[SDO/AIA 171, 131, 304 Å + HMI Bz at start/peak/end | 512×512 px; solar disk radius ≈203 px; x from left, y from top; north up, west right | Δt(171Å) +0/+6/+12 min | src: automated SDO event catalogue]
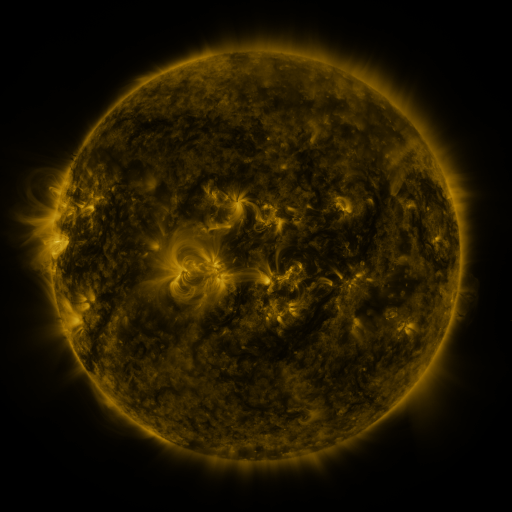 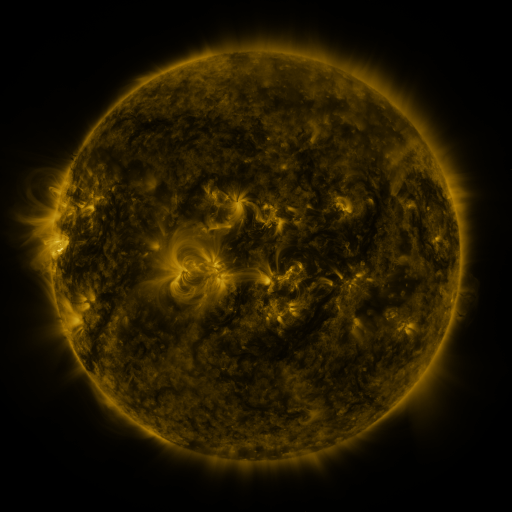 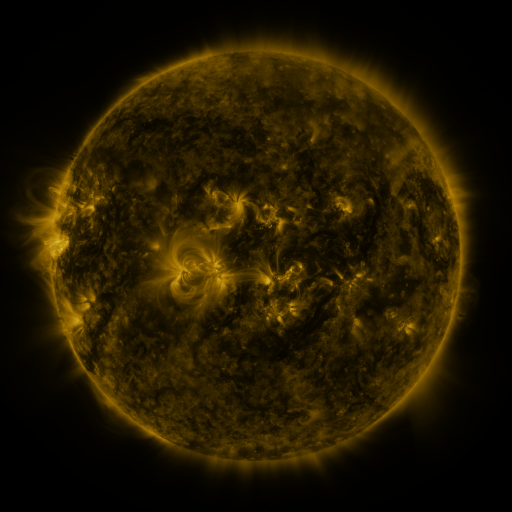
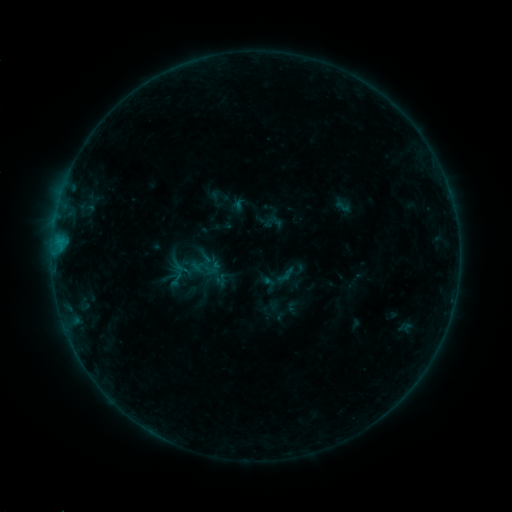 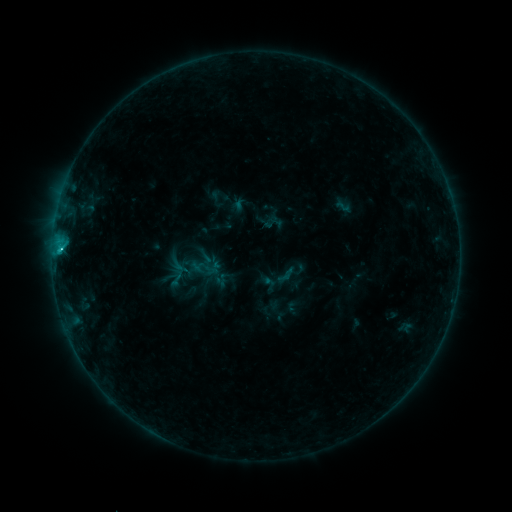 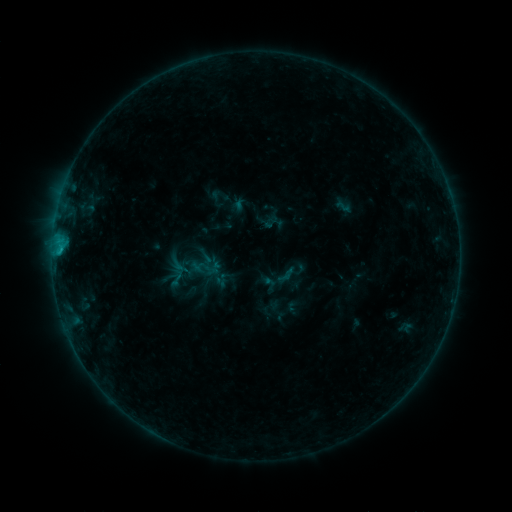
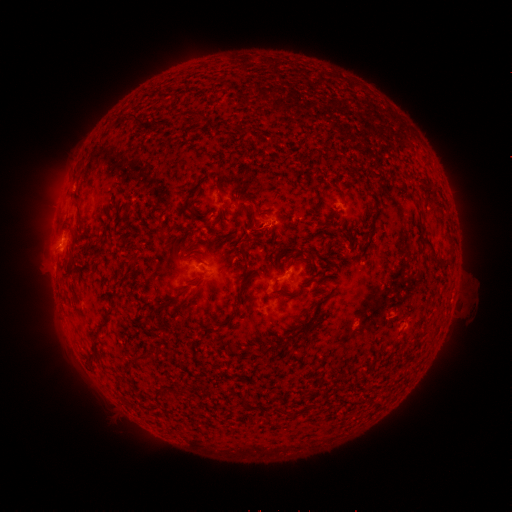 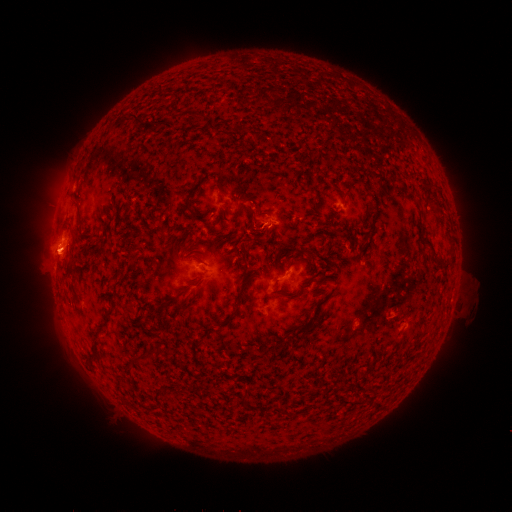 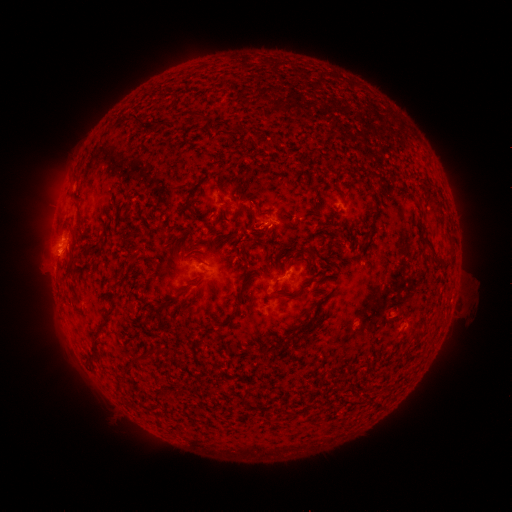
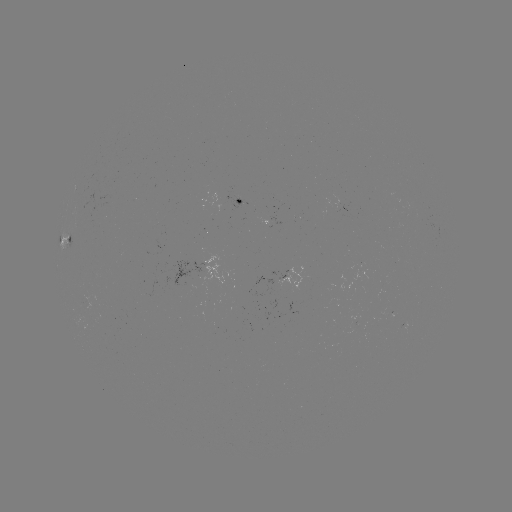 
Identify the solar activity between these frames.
C1.0 flare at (61, 252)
